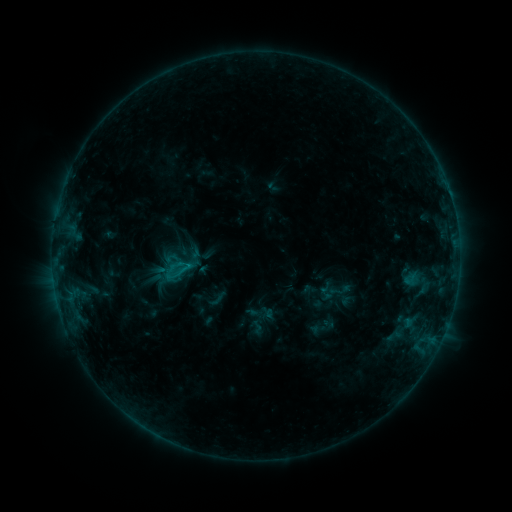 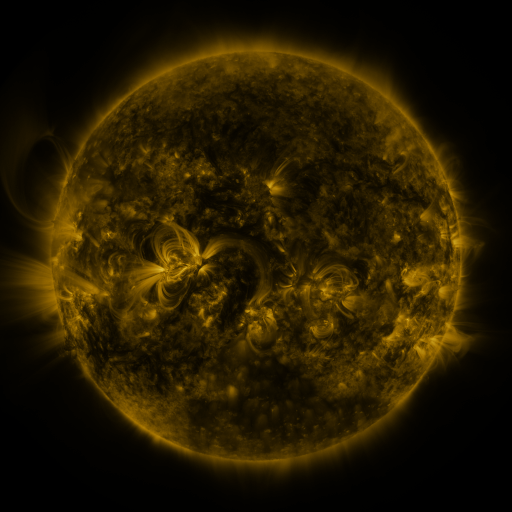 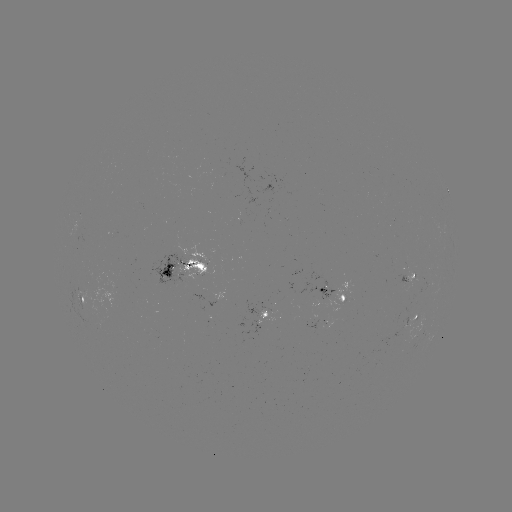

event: sigmoid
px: (181, 265)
